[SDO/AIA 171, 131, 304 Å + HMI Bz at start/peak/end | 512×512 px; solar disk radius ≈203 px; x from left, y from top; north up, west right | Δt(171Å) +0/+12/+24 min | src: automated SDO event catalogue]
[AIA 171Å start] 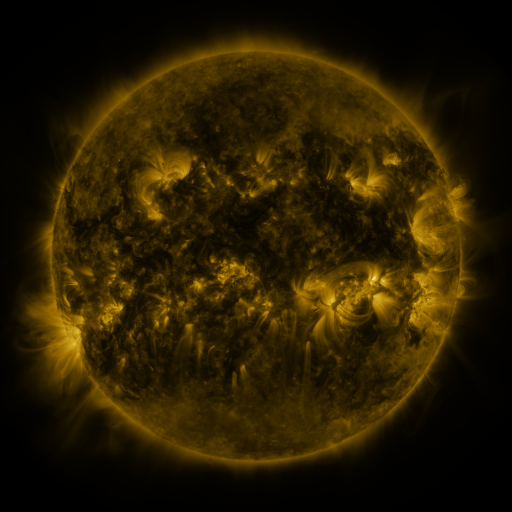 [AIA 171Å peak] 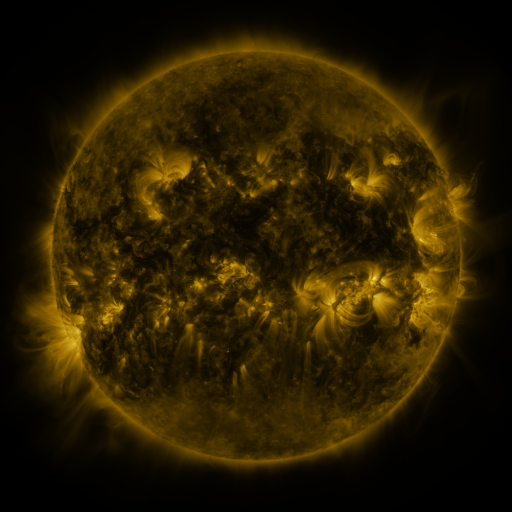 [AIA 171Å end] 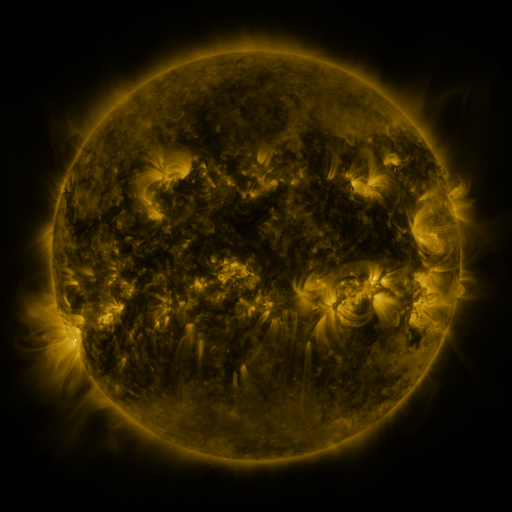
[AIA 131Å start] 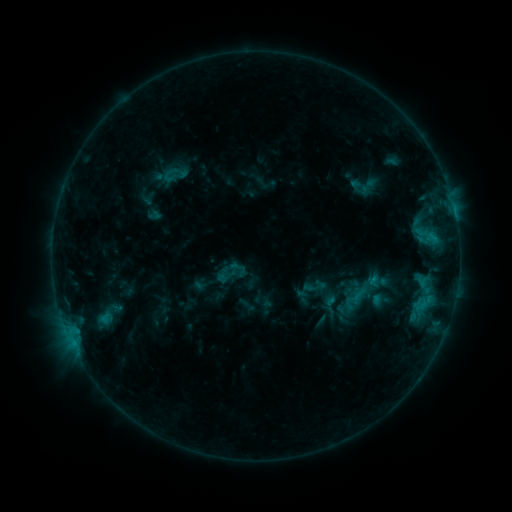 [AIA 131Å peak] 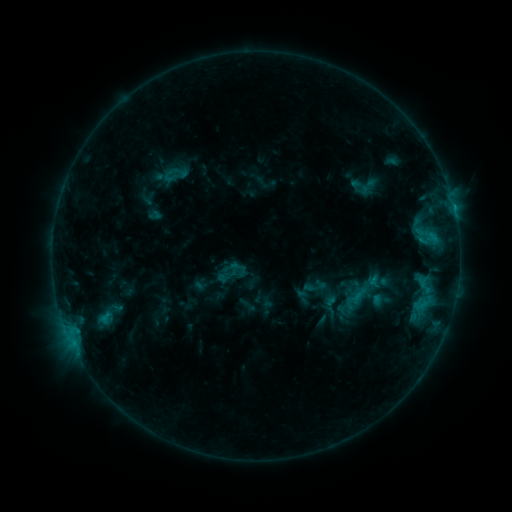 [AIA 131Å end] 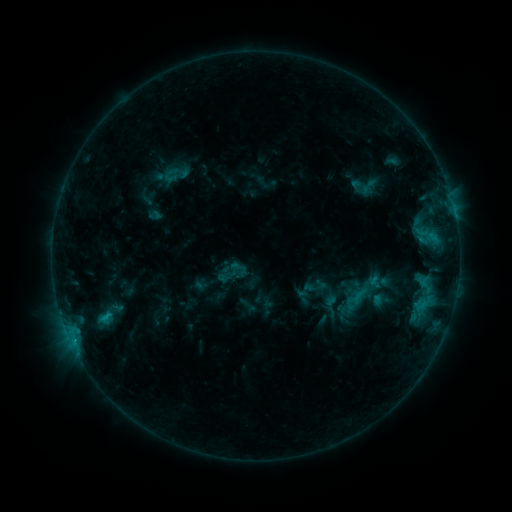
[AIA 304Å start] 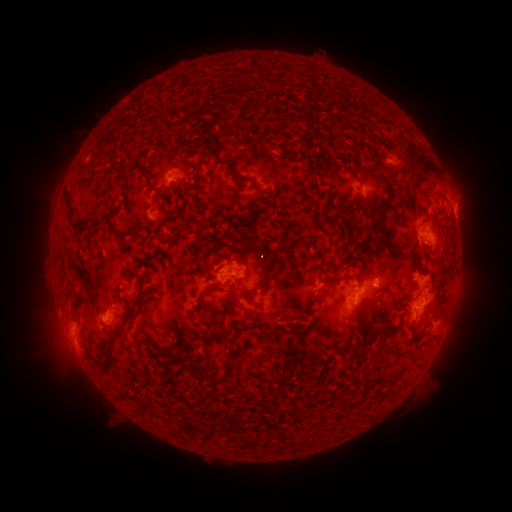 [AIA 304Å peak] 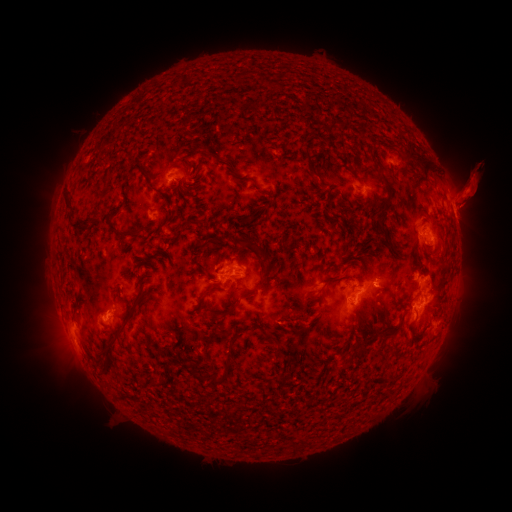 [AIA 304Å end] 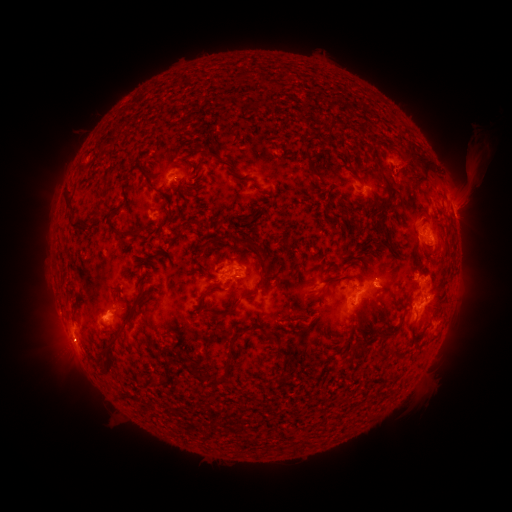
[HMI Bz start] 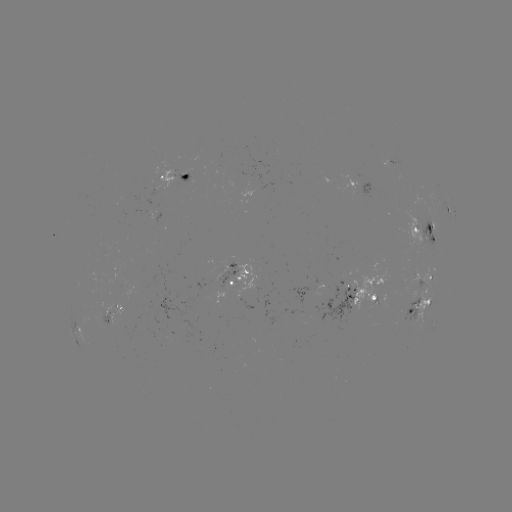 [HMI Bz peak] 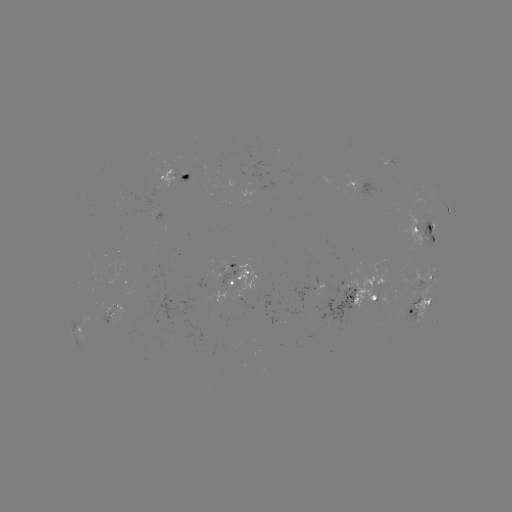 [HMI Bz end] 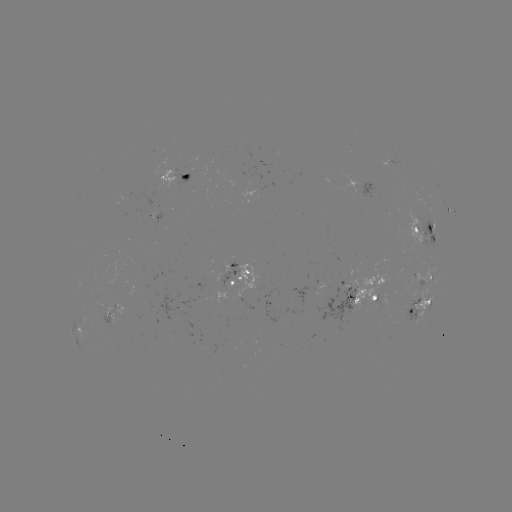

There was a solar eruption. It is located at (467, 197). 